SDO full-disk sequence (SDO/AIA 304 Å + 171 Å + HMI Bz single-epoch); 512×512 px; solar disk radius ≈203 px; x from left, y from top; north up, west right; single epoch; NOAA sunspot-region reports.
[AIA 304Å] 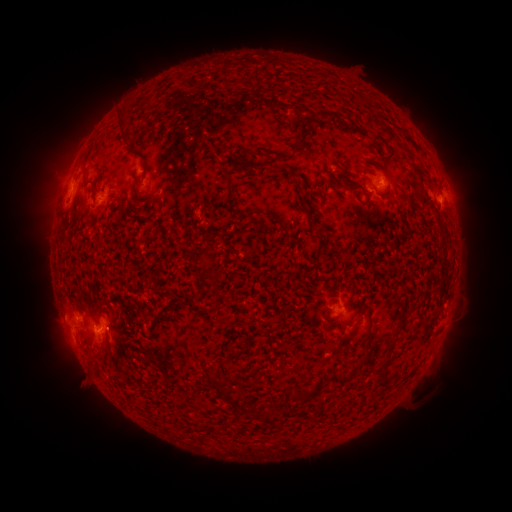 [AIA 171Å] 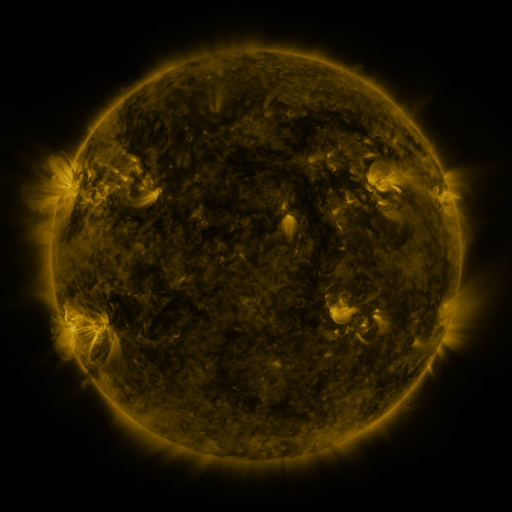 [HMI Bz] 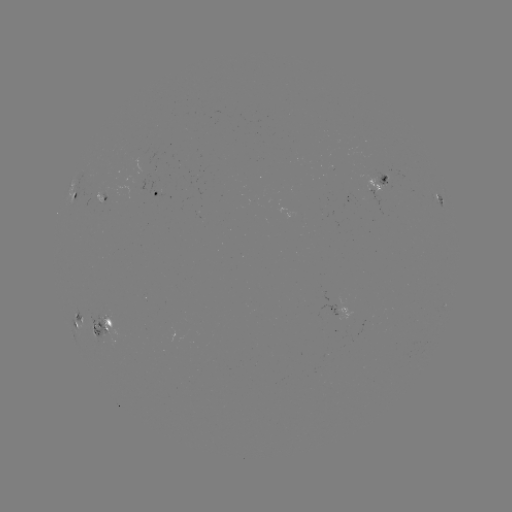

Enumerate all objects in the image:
spotted active region: (381, 183)
spotted active region: (158, 193)
spotted active region: (76, 195)
spotted active region: (448, 199)
spotted active region: (329, 312)
spotted active region: (76, 321)
spotted active region: (102, 327)
